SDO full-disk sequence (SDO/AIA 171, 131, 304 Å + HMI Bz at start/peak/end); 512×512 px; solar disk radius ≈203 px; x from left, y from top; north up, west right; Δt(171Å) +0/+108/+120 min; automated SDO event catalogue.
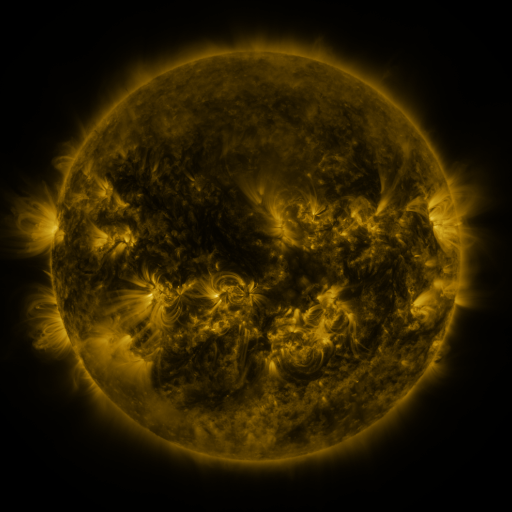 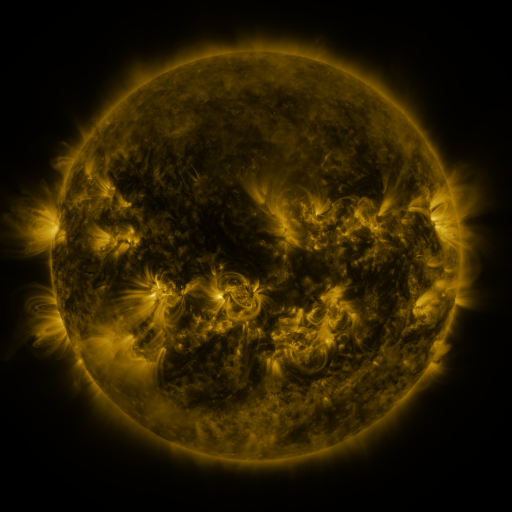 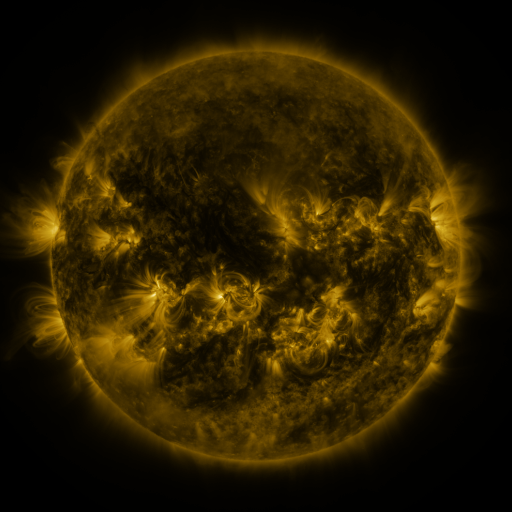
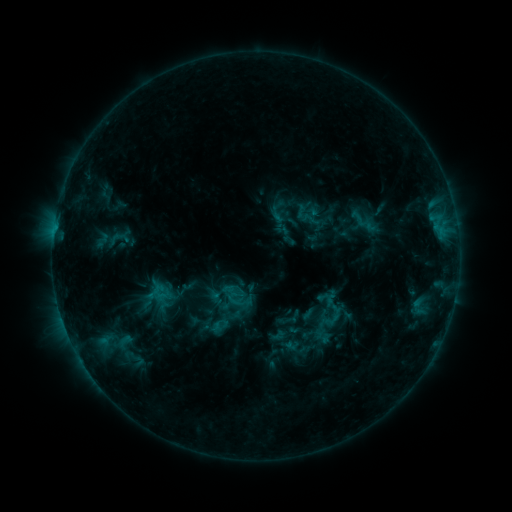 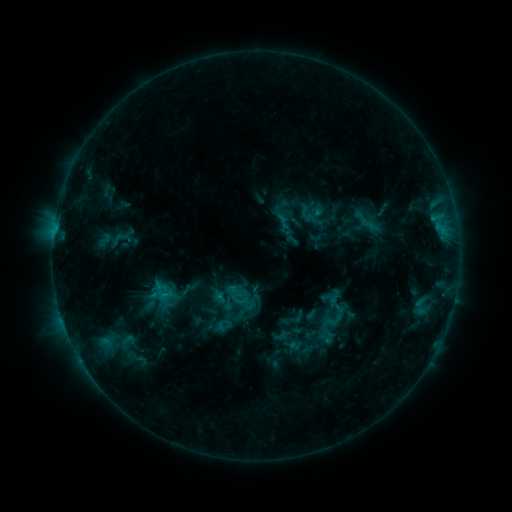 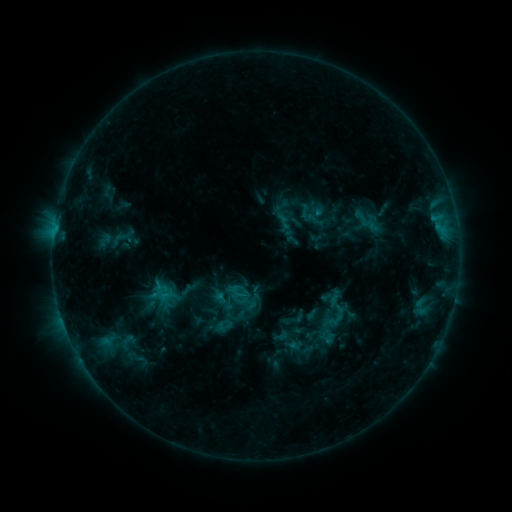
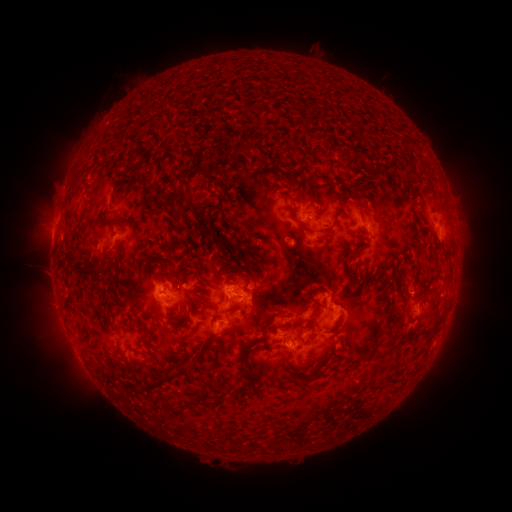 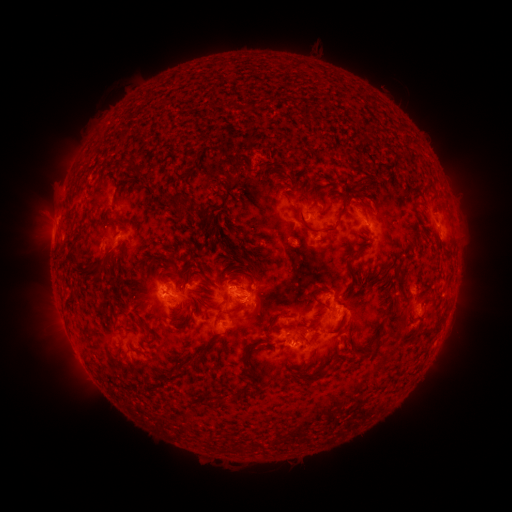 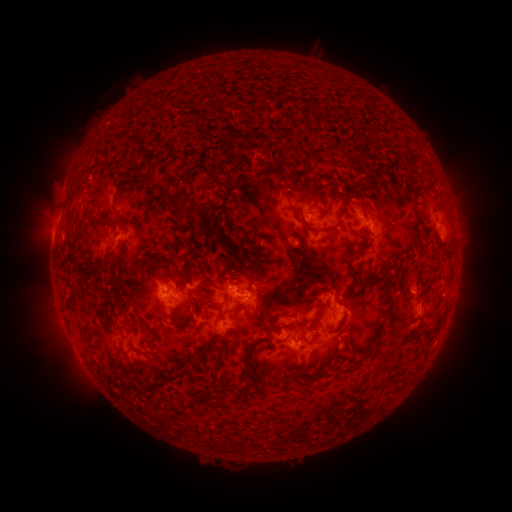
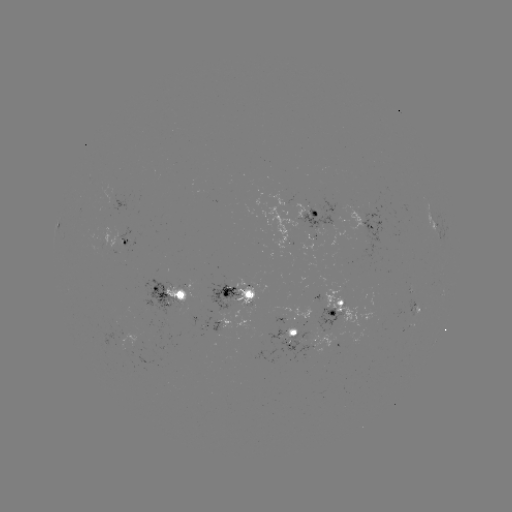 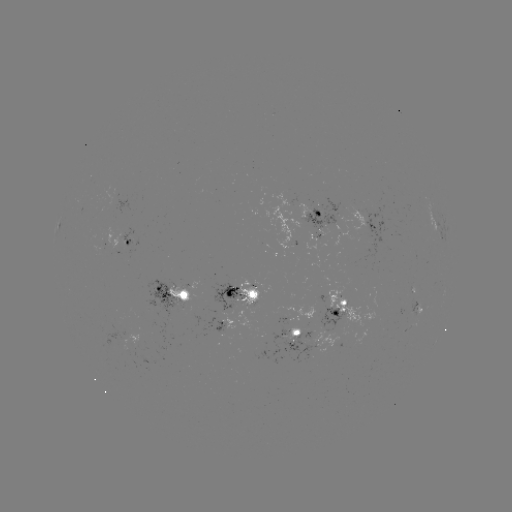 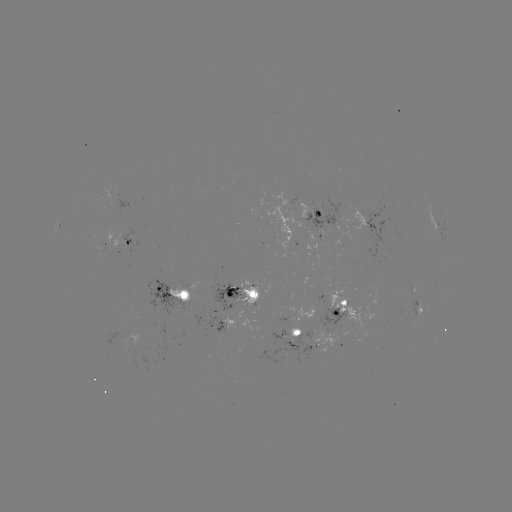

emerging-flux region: (409, 299, 417, 321)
